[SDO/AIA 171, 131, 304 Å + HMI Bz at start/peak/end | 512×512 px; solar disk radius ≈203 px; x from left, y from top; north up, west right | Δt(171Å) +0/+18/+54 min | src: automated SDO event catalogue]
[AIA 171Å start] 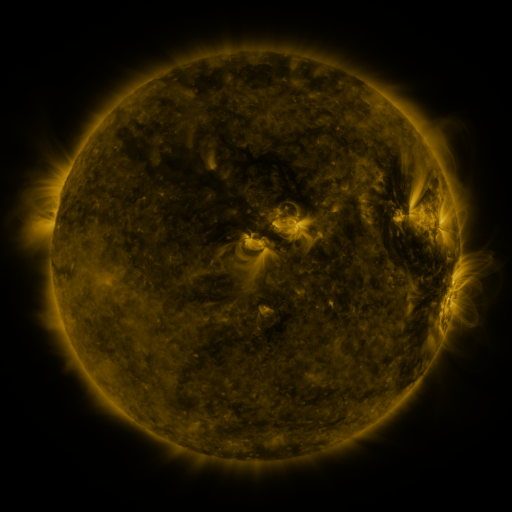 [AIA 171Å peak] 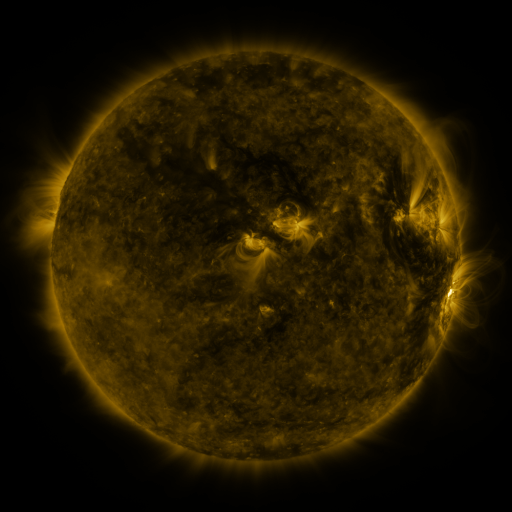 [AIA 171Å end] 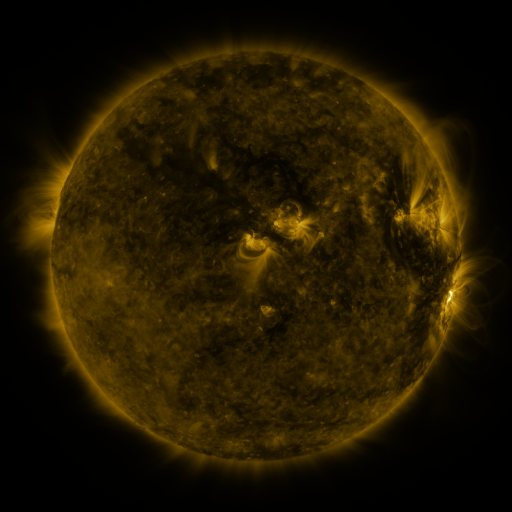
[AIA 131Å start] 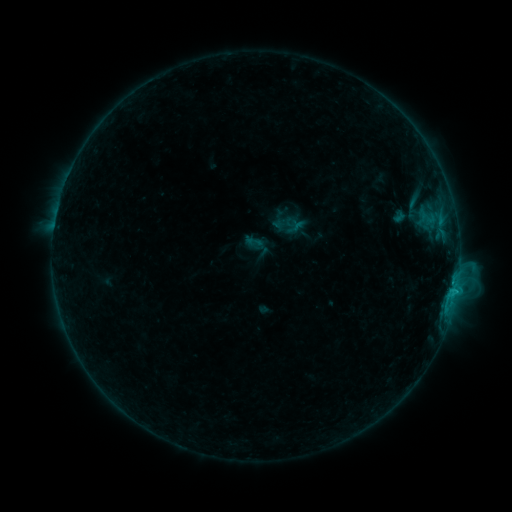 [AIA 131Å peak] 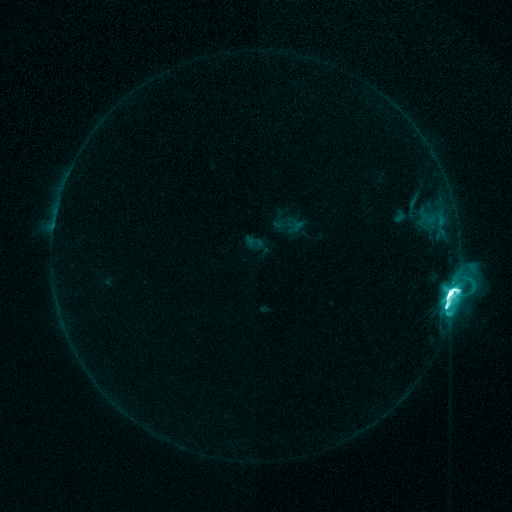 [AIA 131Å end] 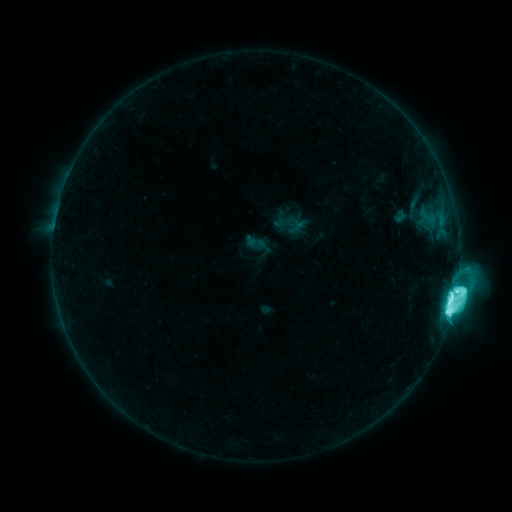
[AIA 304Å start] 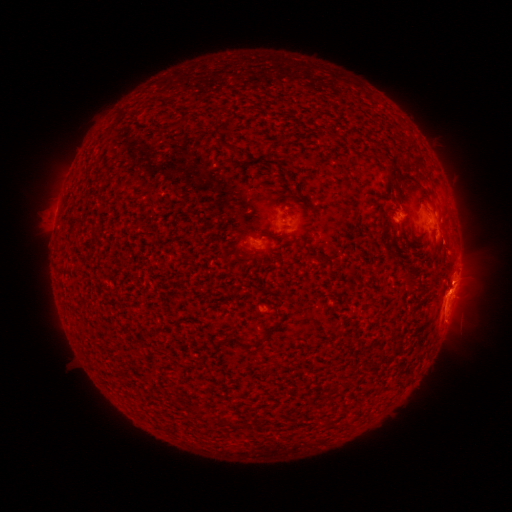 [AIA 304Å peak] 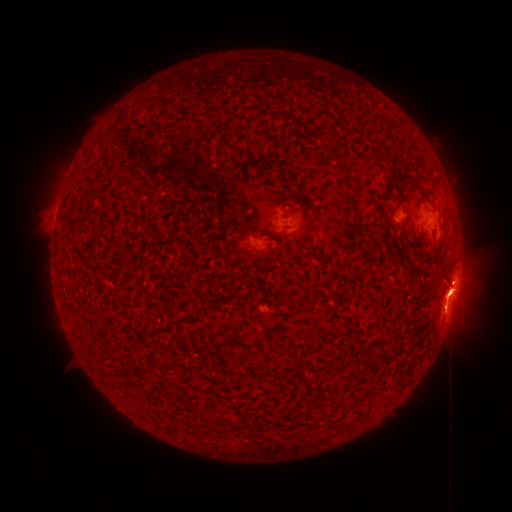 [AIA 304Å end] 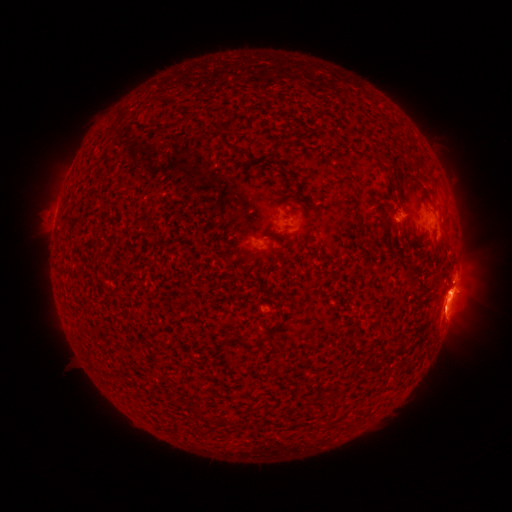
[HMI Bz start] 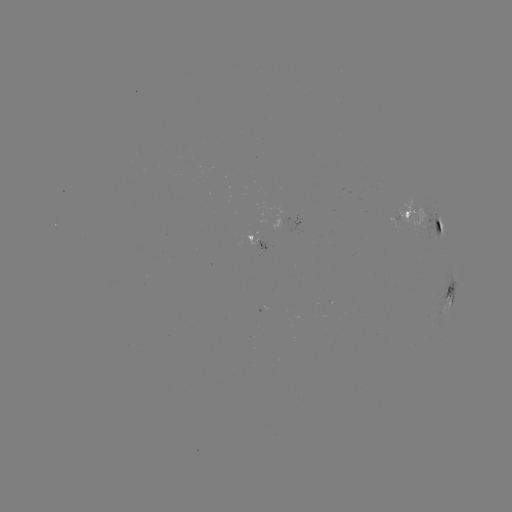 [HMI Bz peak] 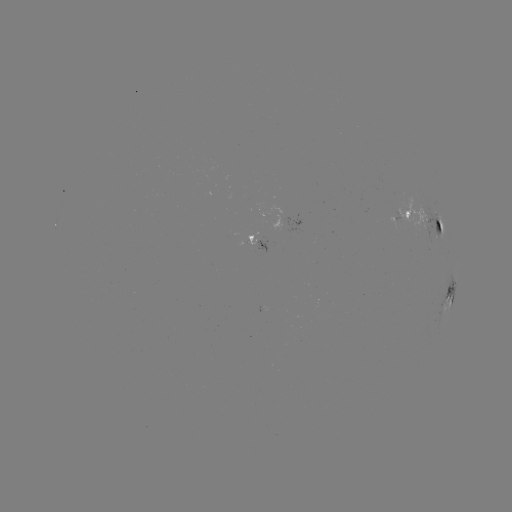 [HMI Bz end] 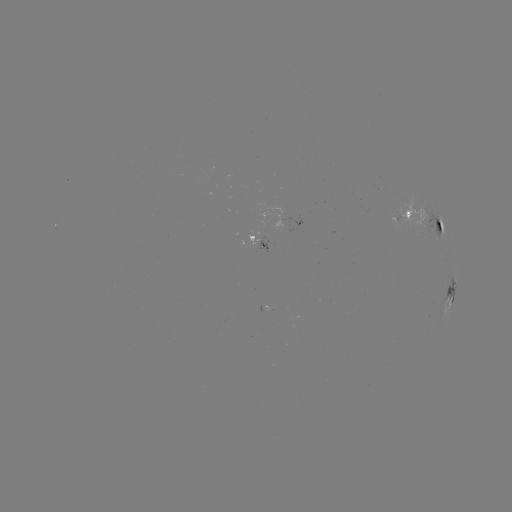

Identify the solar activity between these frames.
M3.7 flare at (449, 291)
